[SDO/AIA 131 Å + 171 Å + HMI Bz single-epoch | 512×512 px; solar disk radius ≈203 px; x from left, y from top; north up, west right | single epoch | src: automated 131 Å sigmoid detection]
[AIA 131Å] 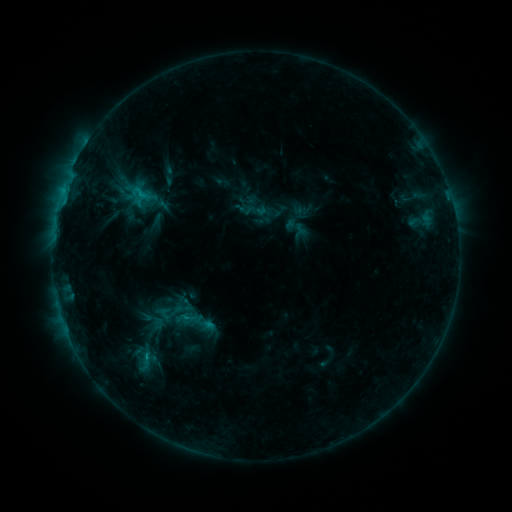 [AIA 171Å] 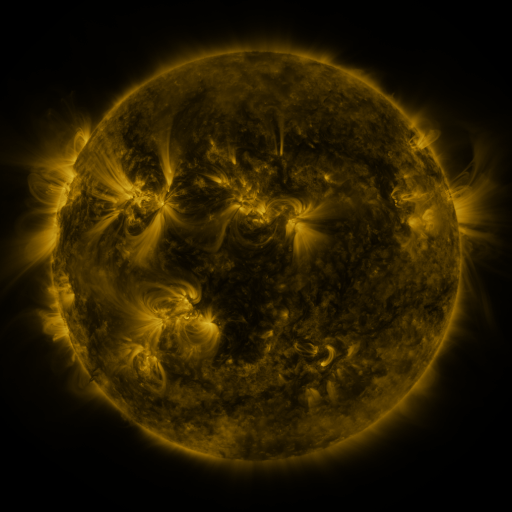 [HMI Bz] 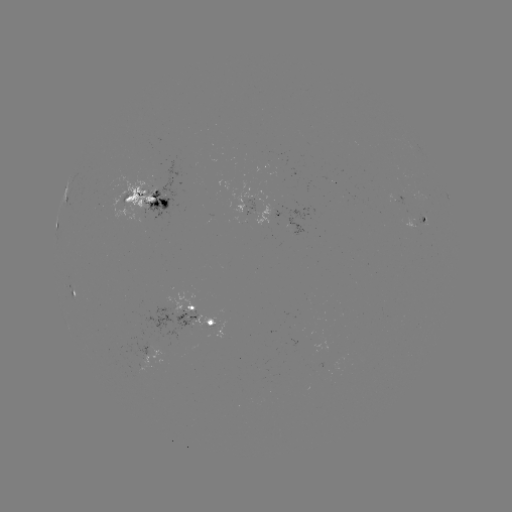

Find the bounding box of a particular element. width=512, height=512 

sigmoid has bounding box [136, 307, 170, 335].